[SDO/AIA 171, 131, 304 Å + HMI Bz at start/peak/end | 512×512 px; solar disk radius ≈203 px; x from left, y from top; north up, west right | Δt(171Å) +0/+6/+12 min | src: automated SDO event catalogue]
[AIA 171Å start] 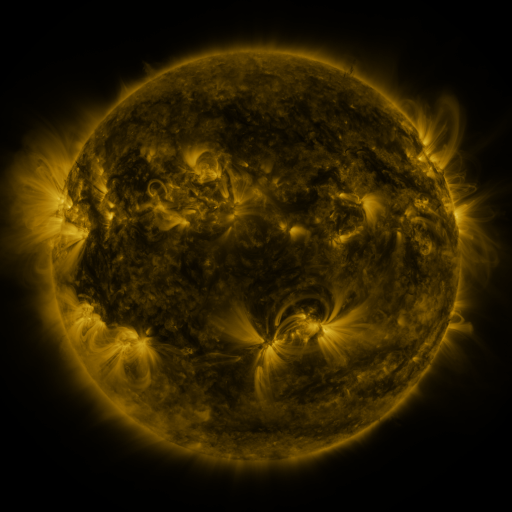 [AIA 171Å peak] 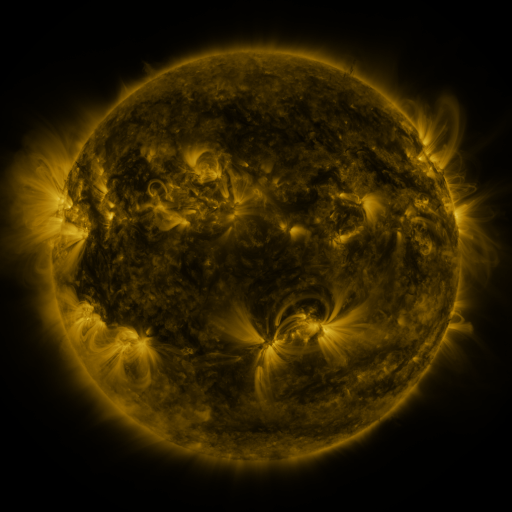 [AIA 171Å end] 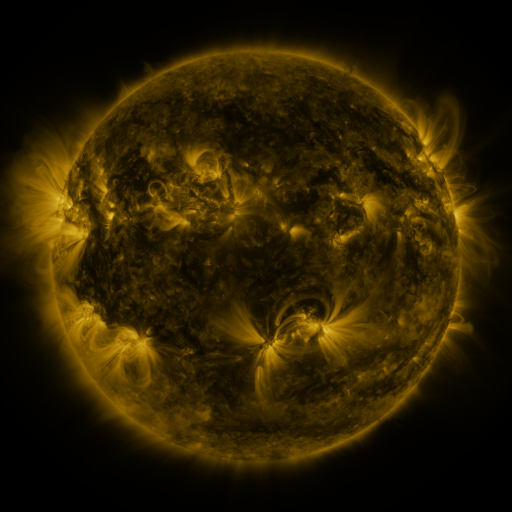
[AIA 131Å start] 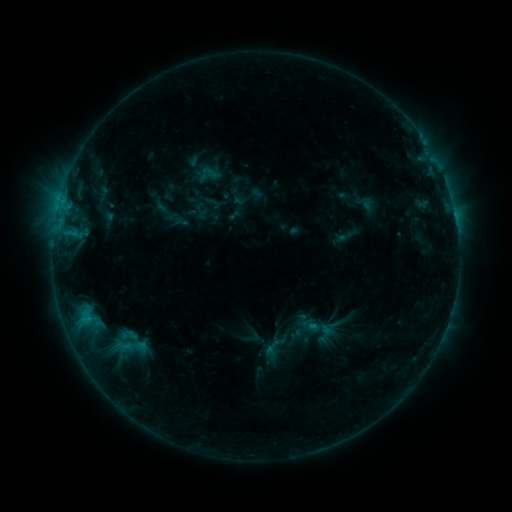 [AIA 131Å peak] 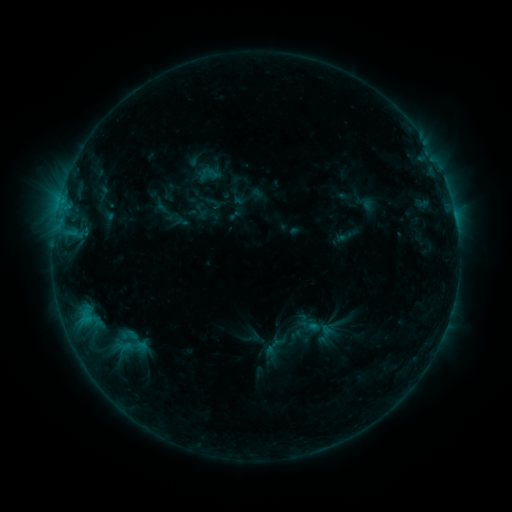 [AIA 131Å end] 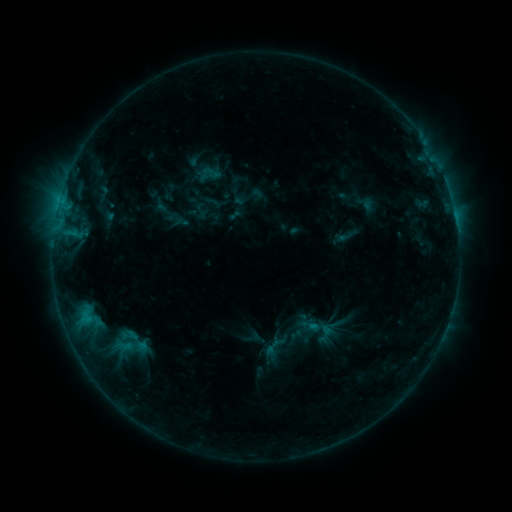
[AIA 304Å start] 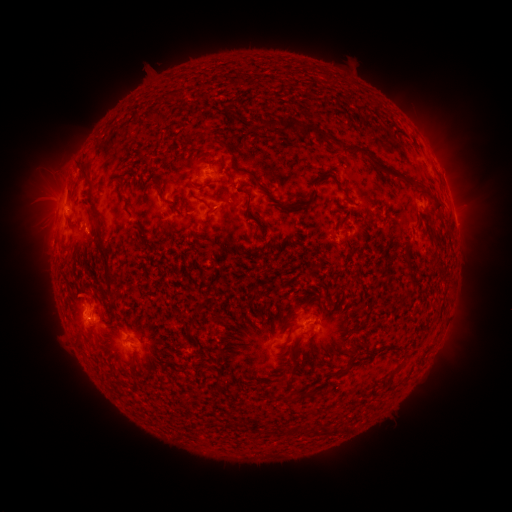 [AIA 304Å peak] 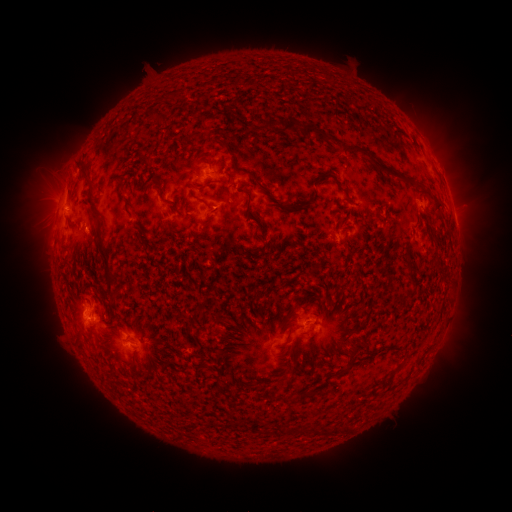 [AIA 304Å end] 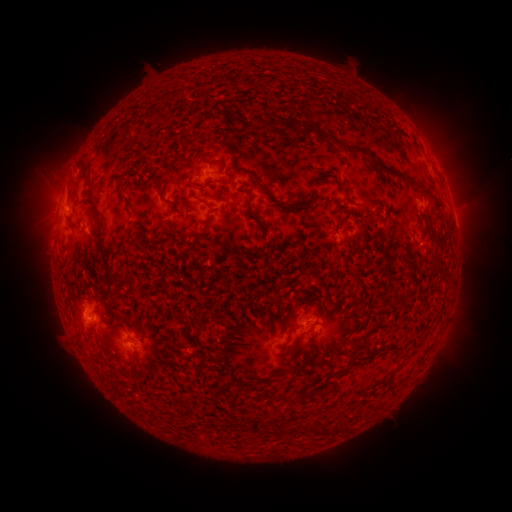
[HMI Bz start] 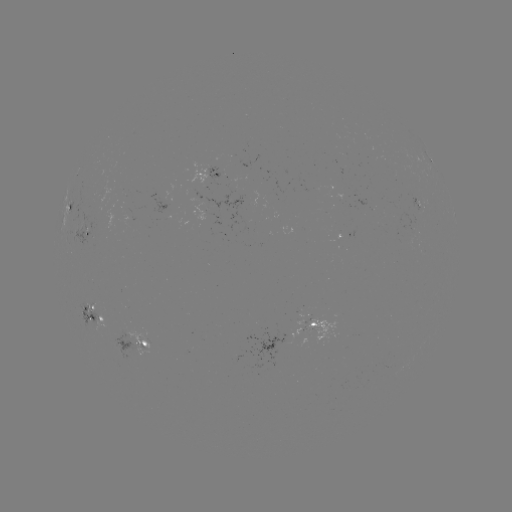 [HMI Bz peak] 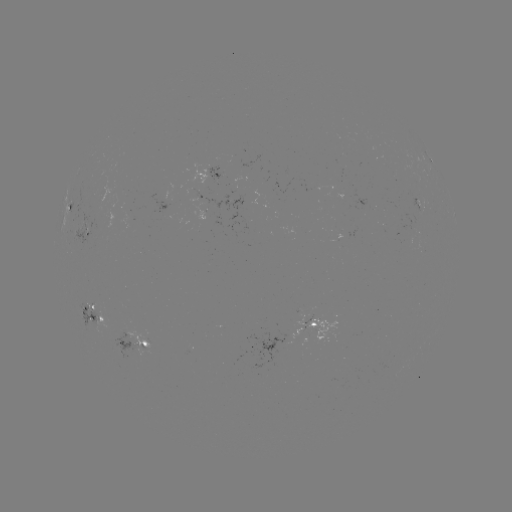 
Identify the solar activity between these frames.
no classed flare was catalogued and no EUV brightening was flagged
